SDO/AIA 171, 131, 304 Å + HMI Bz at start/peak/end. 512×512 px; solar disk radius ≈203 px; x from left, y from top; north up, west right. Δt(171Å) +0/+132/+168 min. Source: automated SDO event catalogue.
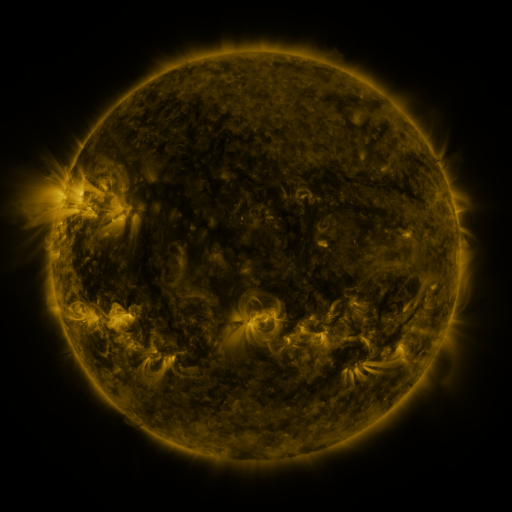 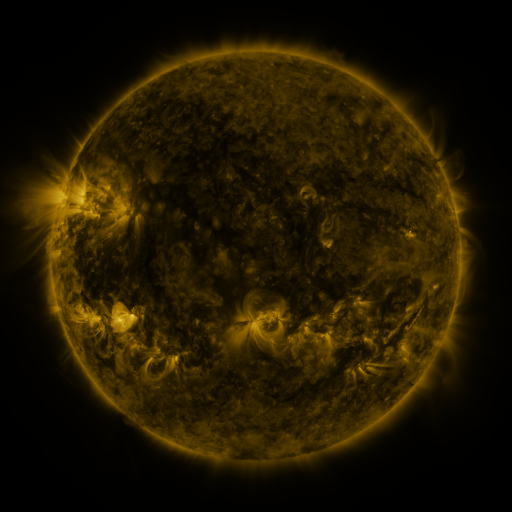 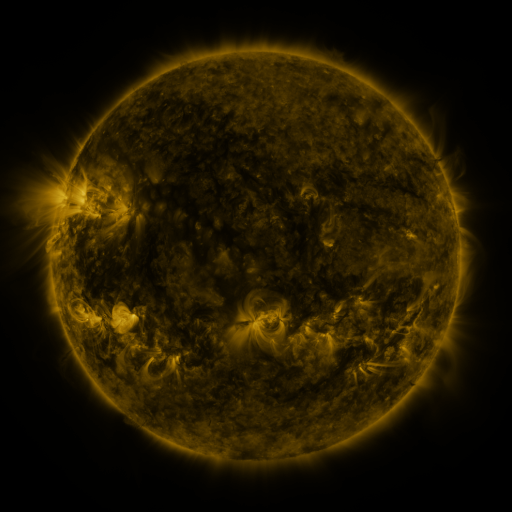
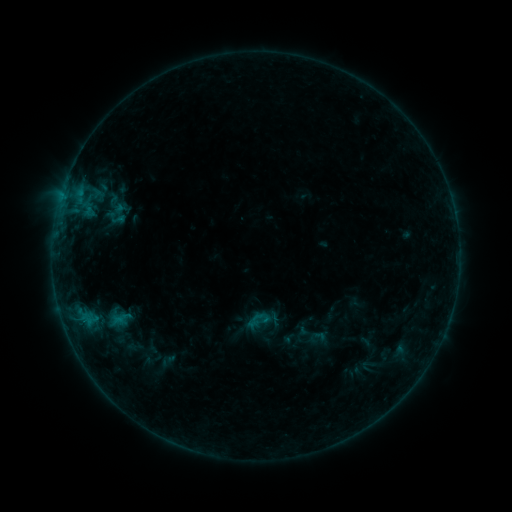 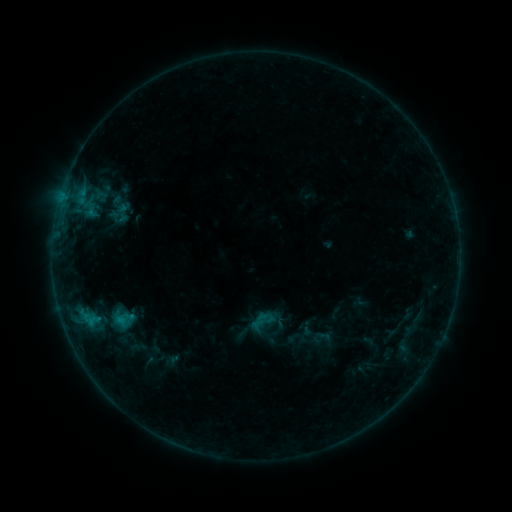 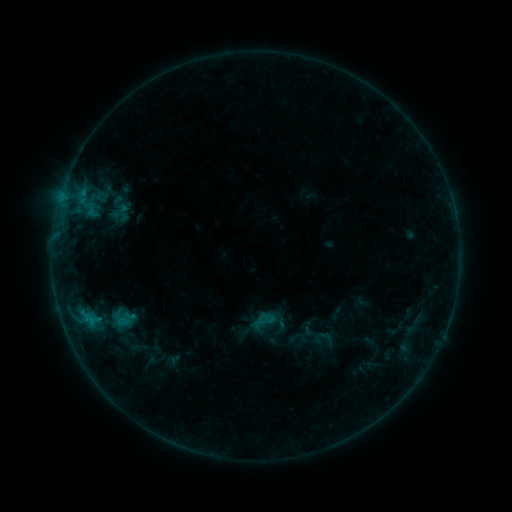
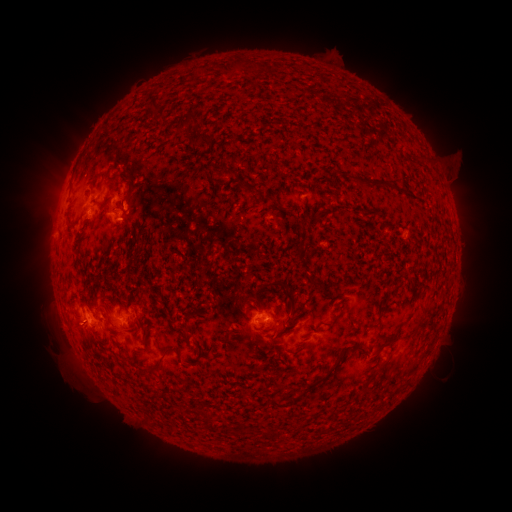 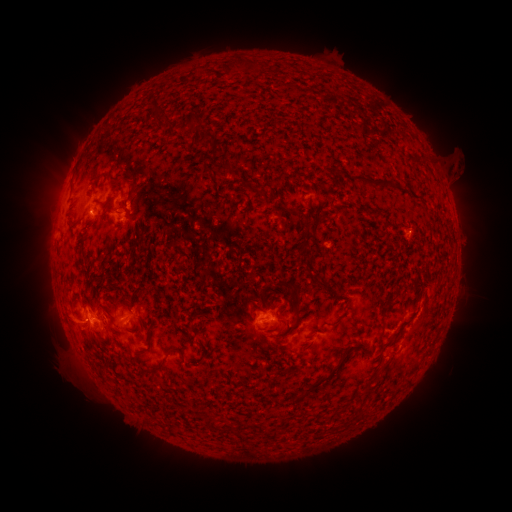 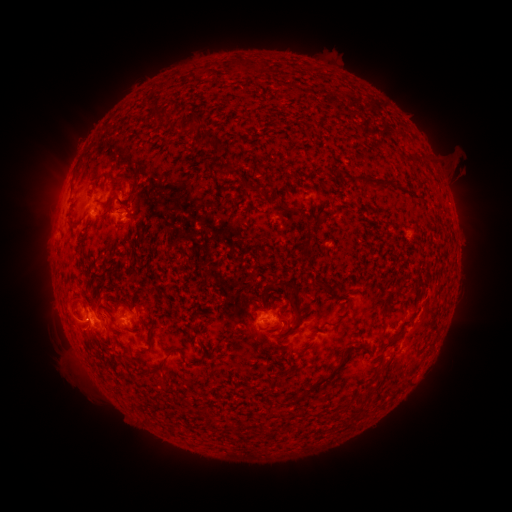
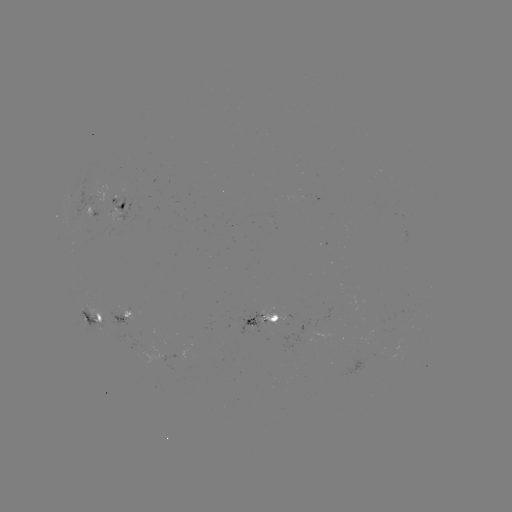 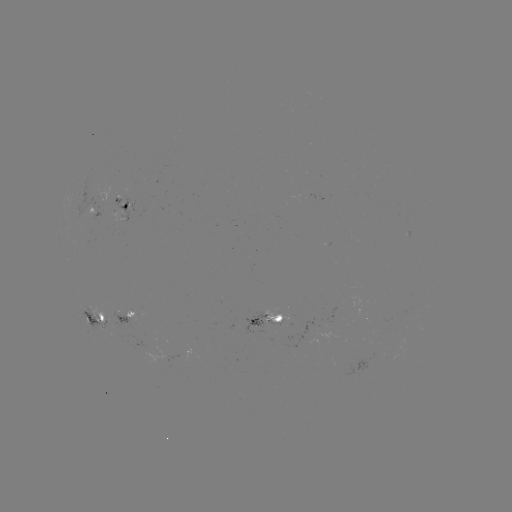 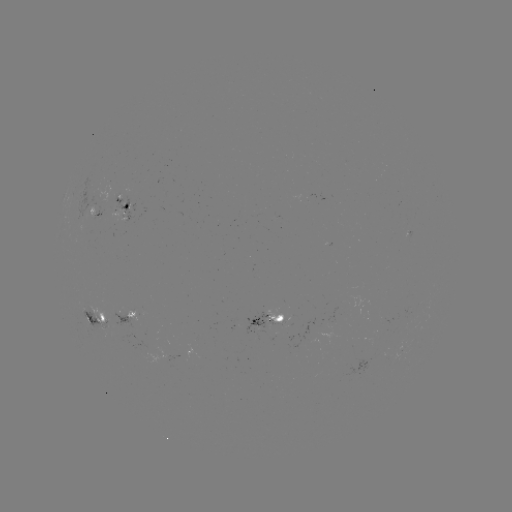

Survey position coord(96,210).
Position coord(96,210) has emerging-flux region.